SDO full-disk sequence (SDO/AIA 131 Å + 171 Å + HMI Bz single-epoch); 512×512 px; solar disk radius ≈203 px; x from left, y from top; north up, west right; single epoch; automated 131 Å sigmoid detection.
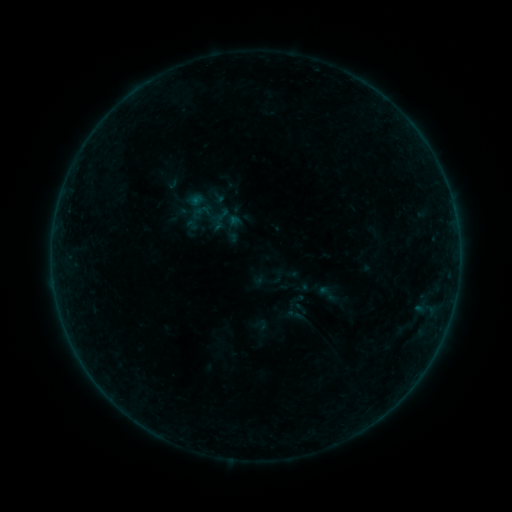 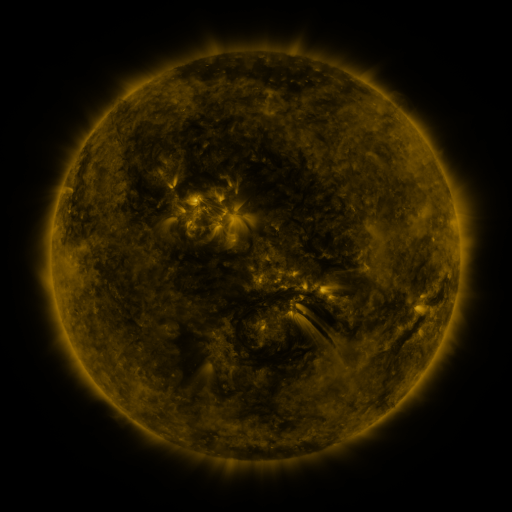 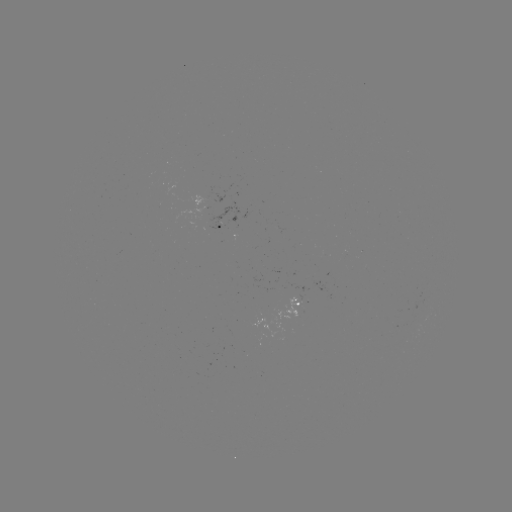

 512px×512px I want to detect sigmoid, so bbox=[316, 283, 338, 304].